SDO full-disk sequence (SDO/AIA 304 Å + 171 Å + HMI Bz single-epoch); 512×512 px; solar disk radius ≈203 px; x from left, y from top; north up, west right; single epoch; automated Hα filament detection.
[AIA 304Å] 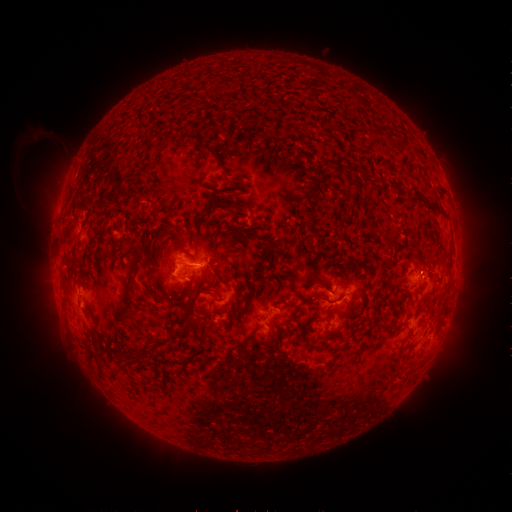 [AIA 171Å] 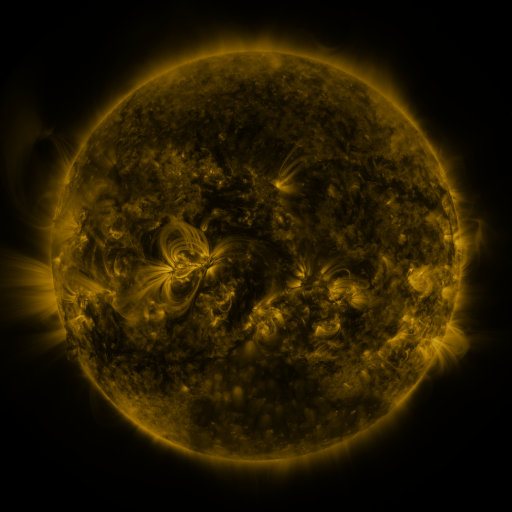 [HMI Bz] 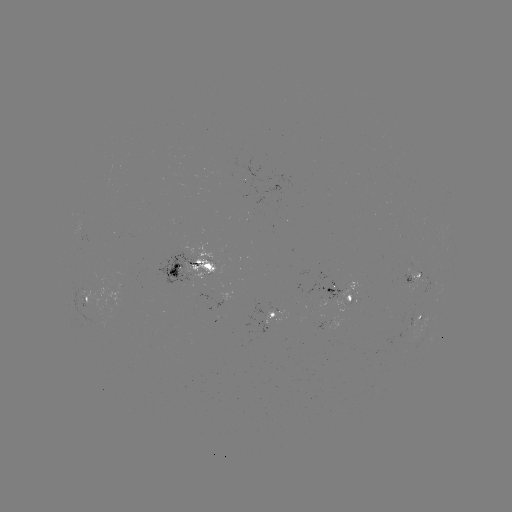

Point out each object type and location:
filament: (189, 131, 221, 163)
filament: (347, 182, 361, 193)
filament: (218, 200, 235, 209)
filament: (132, 241, 149, 255)
filament: (124, 258, 136, 300)
filament: (167, 267, 177, 276)
filament: (253, 268, 263, 279)
filament: (209, 271, 217, 281)
filament: (198, 287, 218, 294)
filament: (320, 294, 353, 305)
filament: (283, 317, 298, 325)
filament: (197, 323, 208, 341)
filament: (266, 330, 274, 344)
filament: (138, 336, 154, 351)
filament: (85, 348, 96, 361)
